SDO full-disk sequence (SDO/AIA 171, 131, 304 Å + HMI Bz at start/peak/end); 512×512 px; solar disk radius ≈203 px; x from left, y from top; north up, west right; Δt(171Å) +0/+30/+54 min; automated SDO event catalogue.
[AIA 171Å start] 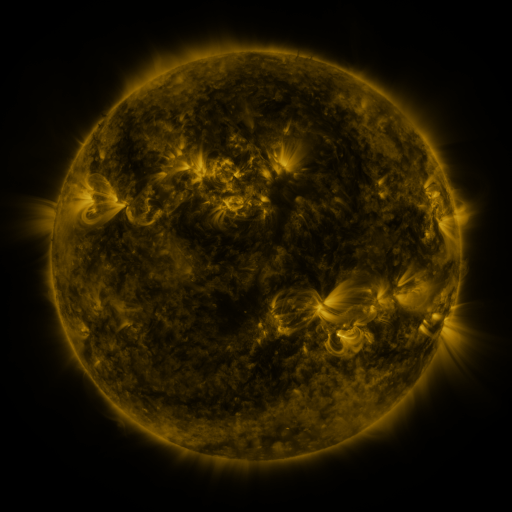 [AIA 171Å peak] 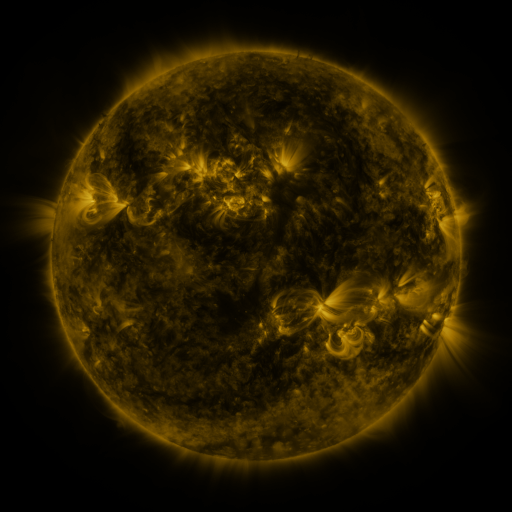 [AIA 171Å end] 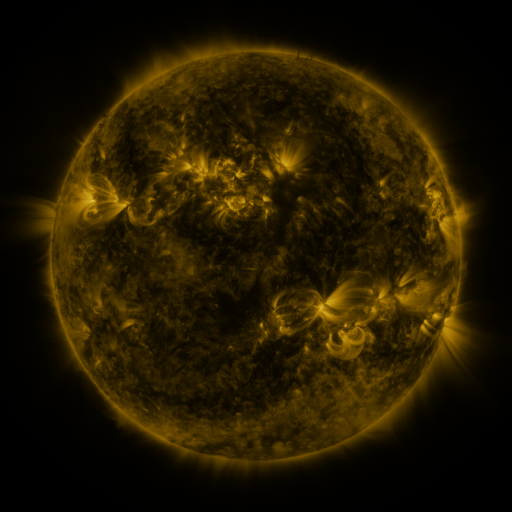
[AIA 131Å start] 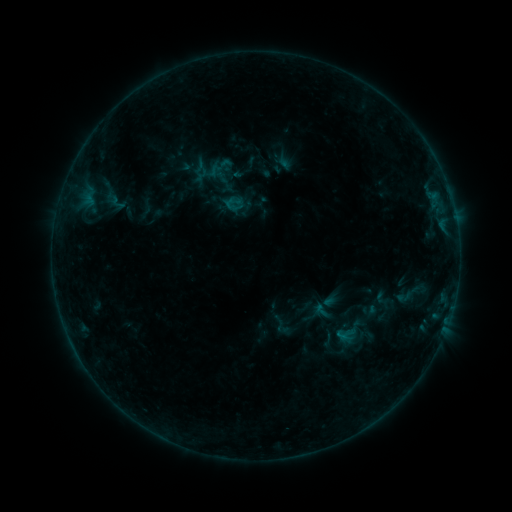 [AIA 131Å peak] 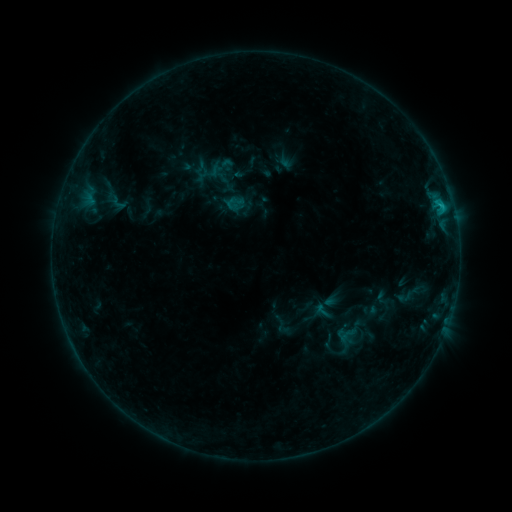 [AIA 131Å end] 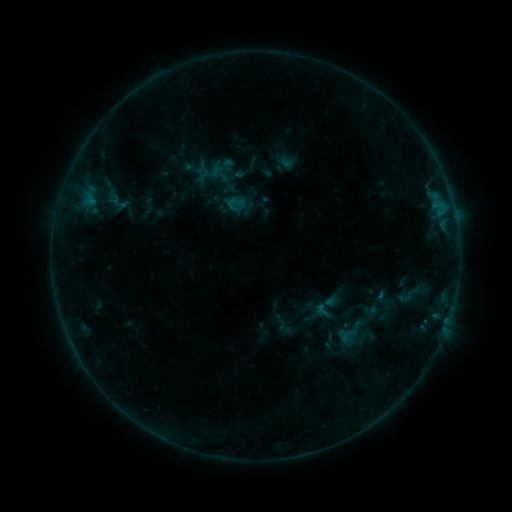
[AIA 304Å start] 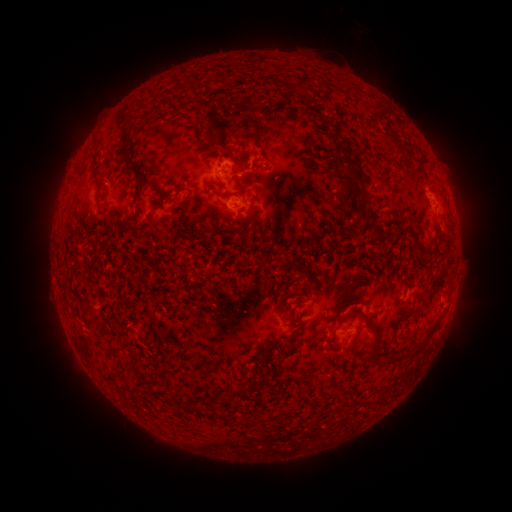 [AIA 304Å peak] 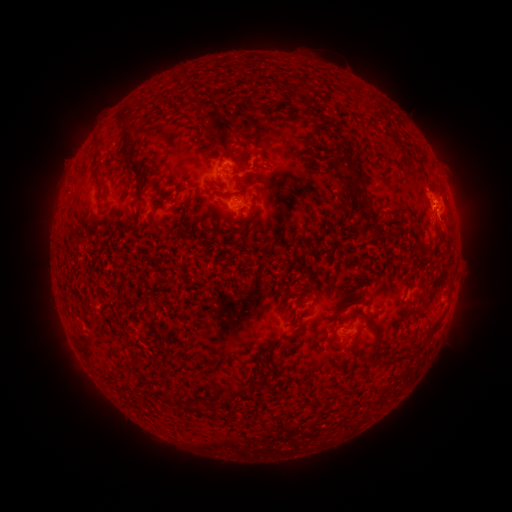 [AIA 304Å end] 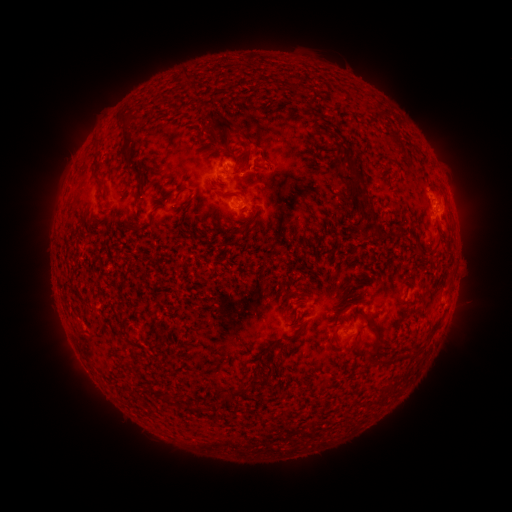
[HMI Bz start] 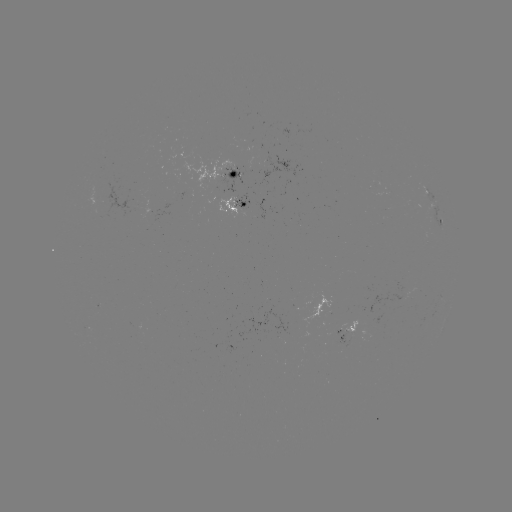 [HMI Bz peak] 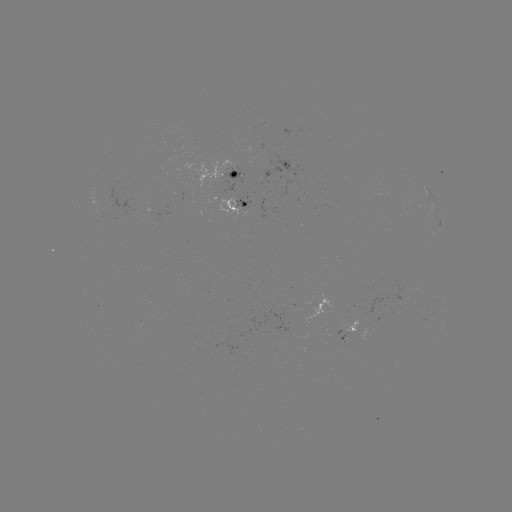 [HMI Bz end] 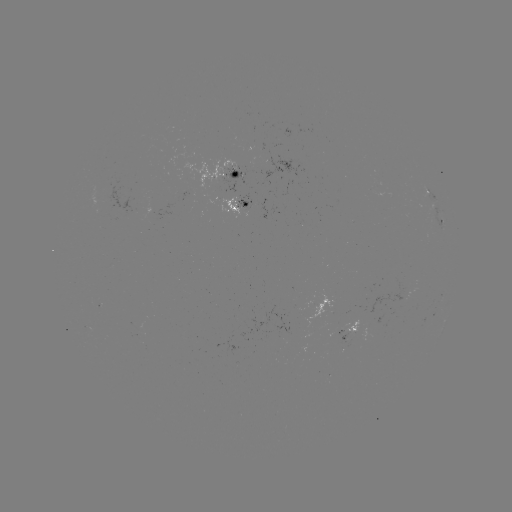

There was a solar flare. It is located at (442, 209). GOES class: C1.0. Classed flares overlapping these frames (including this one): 1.